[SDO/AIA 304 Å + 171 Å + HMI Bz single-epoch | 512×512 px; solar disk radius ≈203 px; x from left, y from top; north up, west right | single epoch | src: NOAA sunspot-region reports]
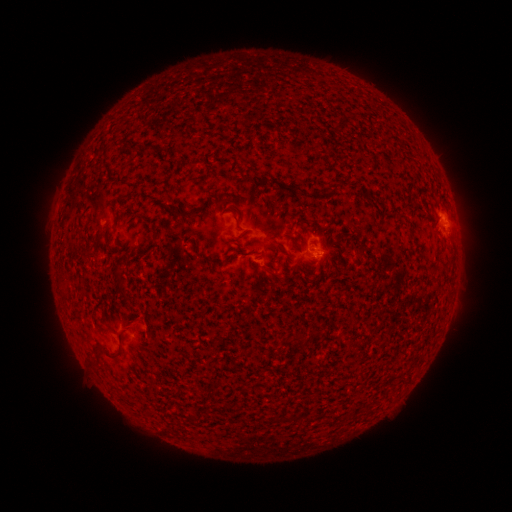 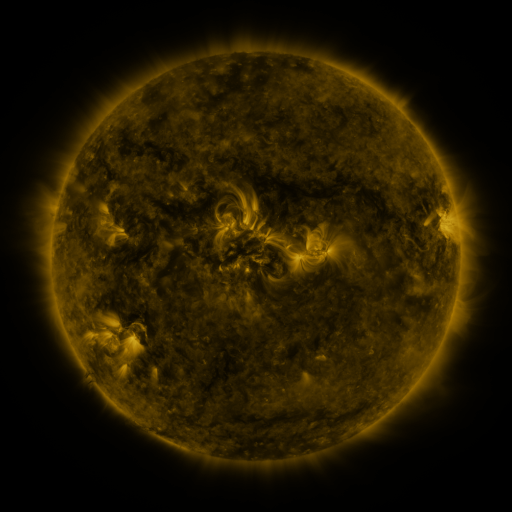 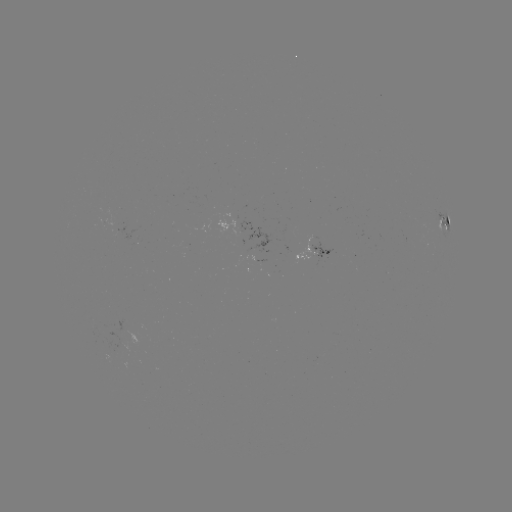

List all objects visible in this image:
spotted active region: (444, 225)
spotted active region: (318, 247)
